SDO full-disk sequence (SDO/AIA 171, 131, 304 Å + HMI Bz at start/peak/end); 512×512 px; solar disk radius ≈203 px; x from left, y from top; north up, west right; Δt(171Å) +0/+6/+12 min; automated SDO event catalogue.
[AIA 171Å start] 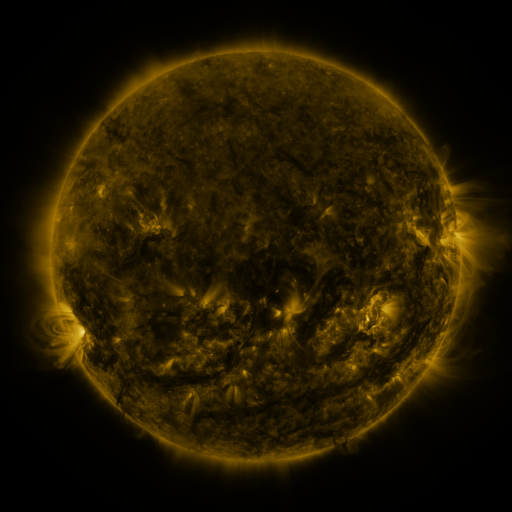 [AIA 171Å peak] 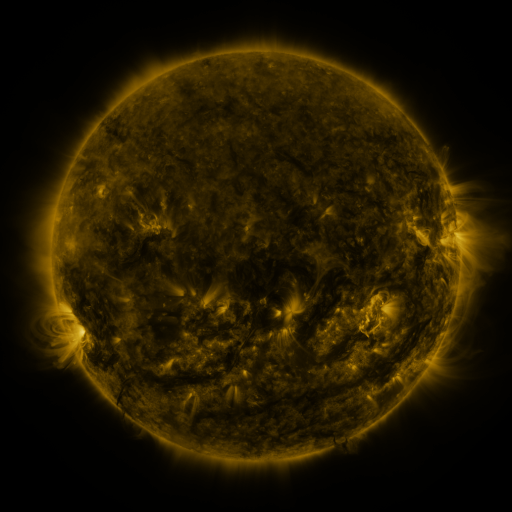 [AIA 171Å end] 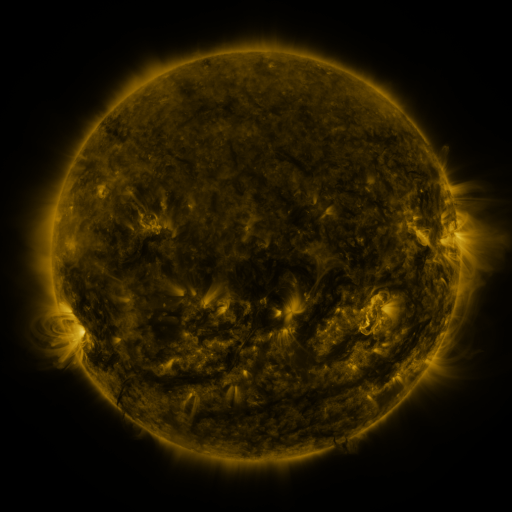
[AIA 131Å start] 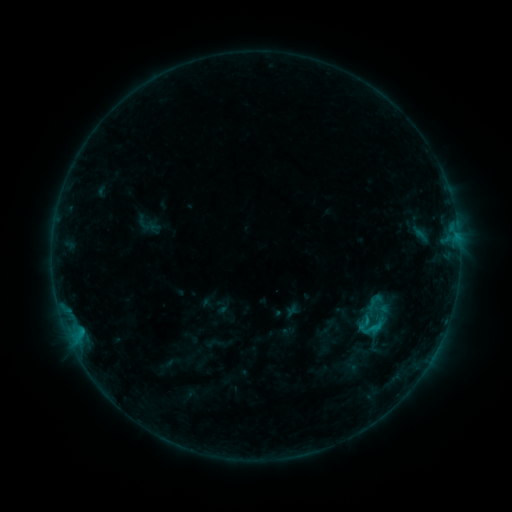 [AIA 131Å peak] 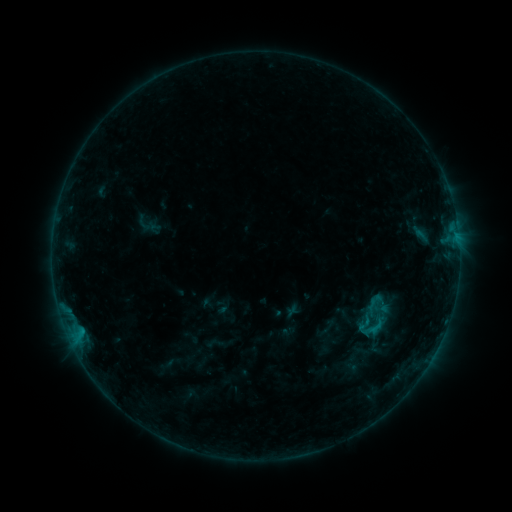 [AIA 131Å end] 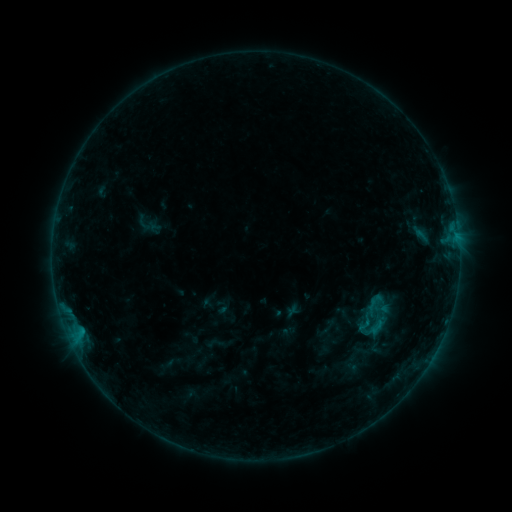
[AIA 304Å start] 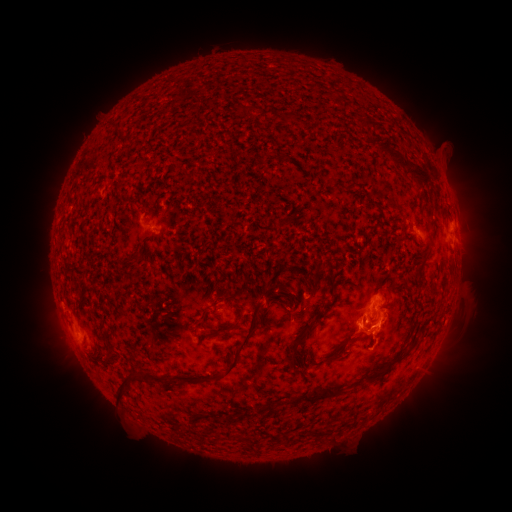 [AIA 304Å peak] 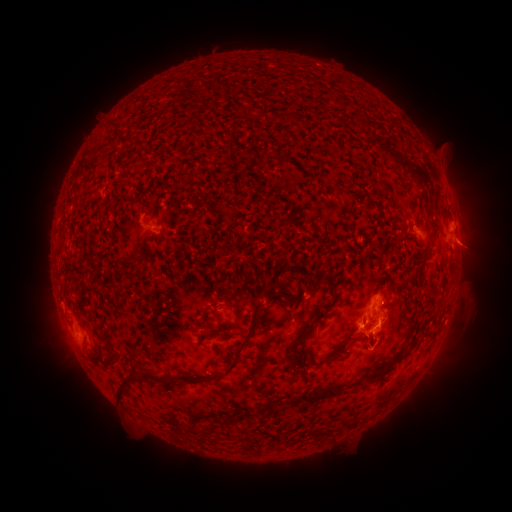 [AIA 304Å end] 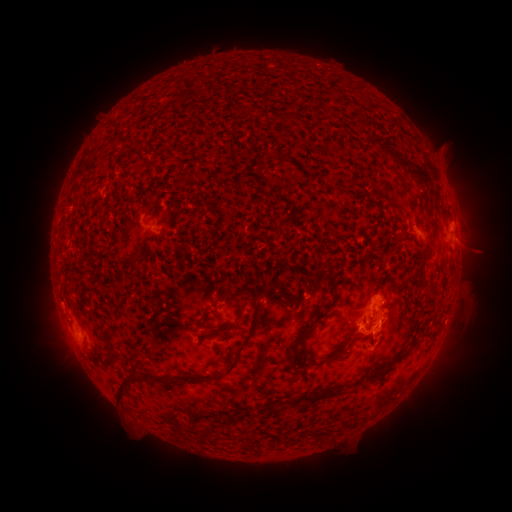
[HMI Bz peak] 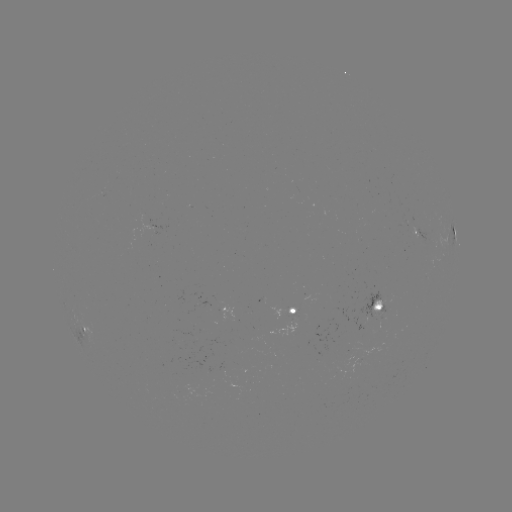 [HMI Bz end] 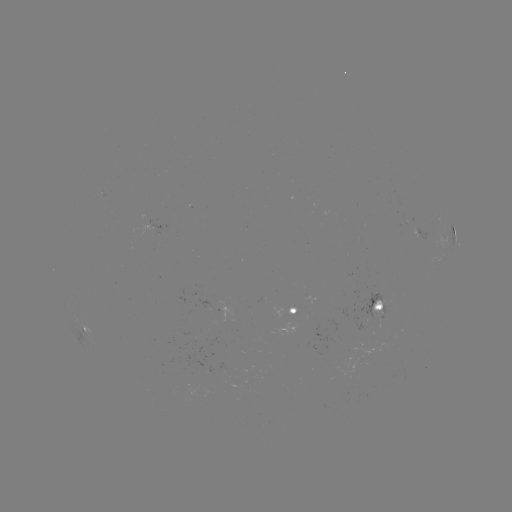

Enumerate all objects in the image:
eruption: (474, 249)
